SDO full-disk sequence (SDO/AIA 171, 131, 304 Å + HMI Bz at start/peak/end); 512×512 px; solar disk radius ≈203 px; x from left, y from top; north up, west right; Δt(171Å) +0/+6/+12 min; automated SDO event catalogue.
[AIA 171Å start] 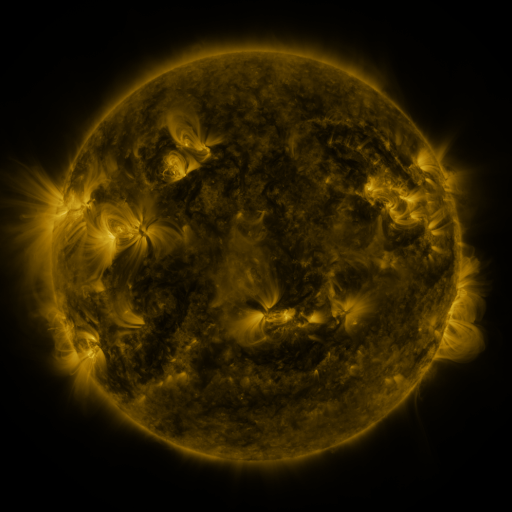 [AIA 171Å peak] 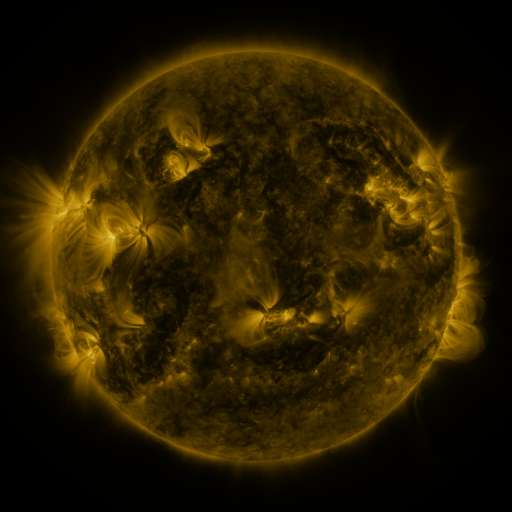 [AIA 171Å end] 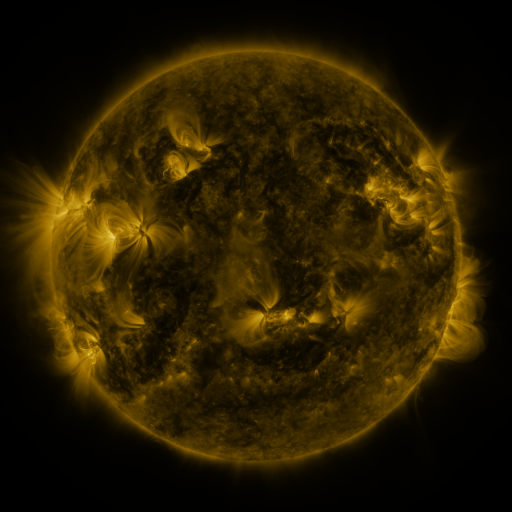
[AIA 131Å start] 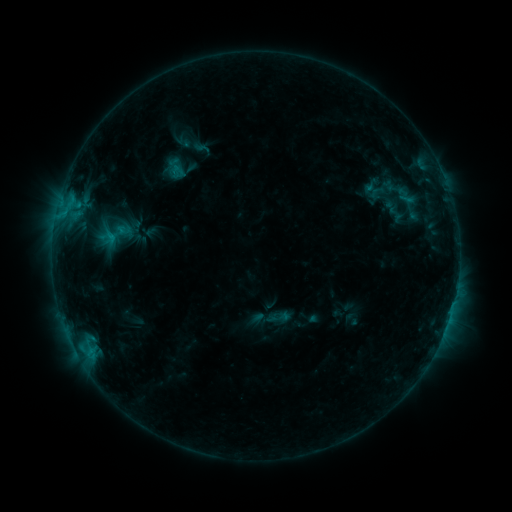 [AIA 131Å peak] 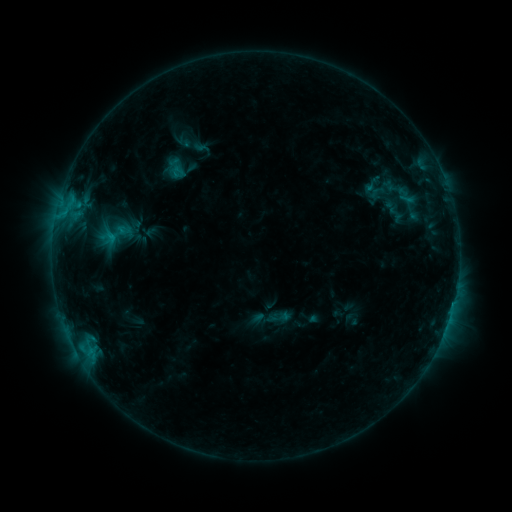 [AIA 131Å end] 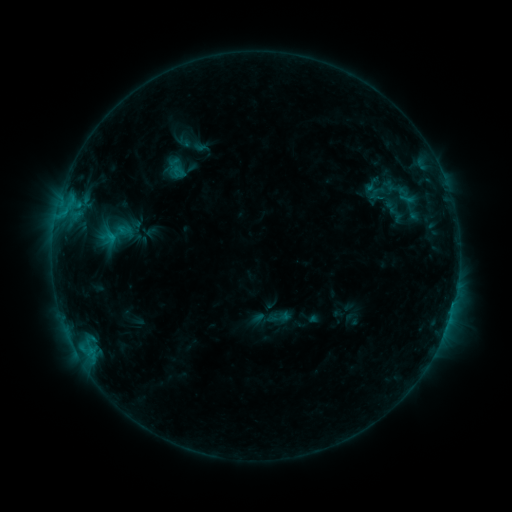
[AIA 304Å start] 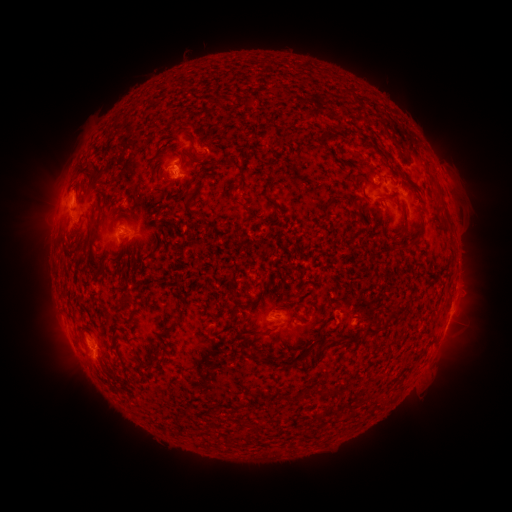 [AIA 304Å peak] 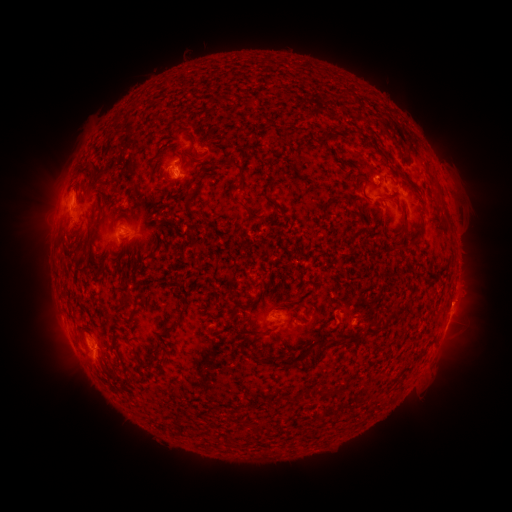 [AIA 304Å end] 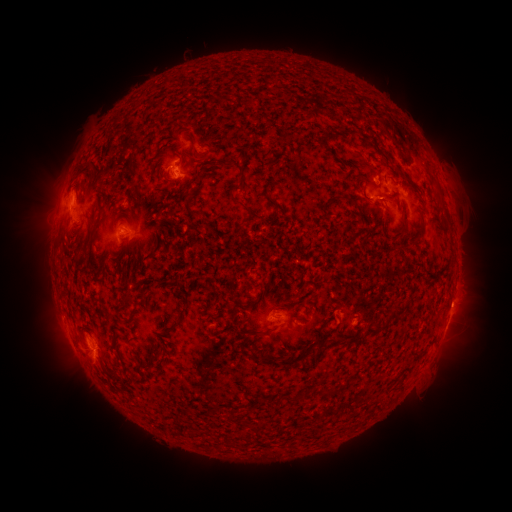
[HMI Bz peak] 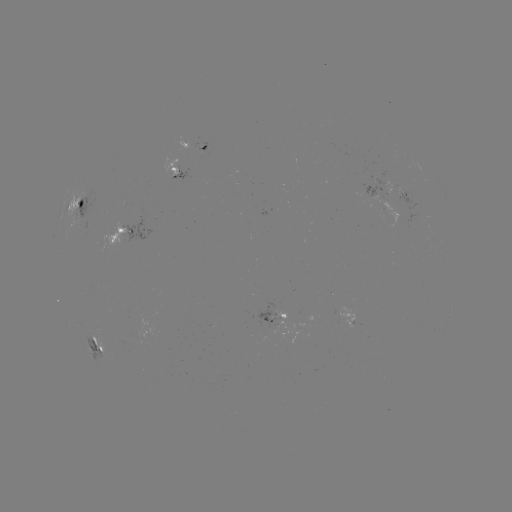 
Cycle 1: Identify C1.0 flare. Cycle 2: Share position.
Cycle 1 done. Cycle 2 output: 175,177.